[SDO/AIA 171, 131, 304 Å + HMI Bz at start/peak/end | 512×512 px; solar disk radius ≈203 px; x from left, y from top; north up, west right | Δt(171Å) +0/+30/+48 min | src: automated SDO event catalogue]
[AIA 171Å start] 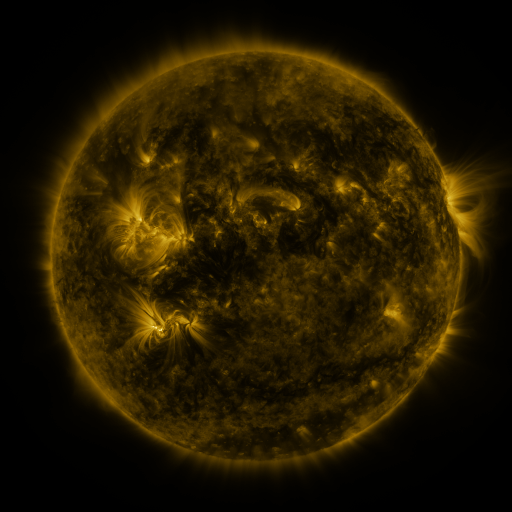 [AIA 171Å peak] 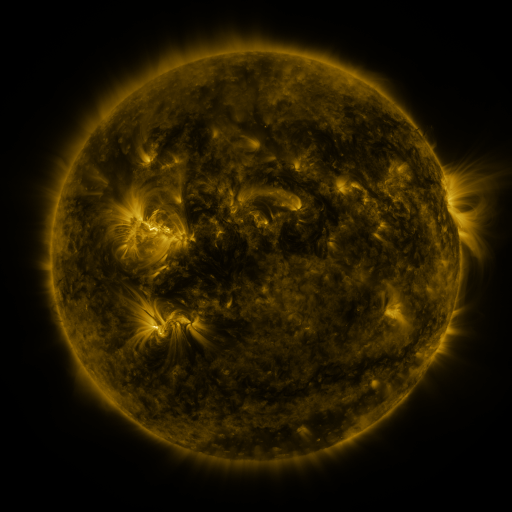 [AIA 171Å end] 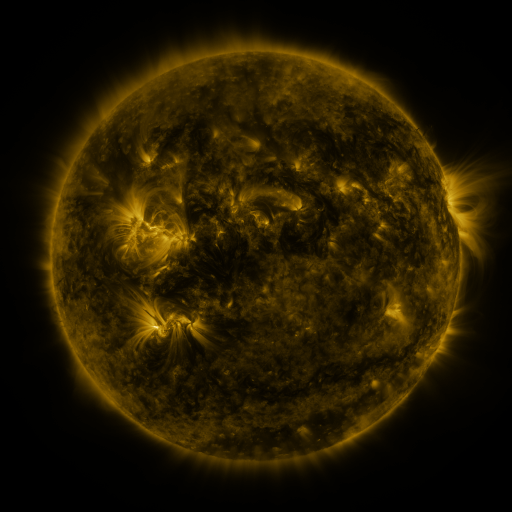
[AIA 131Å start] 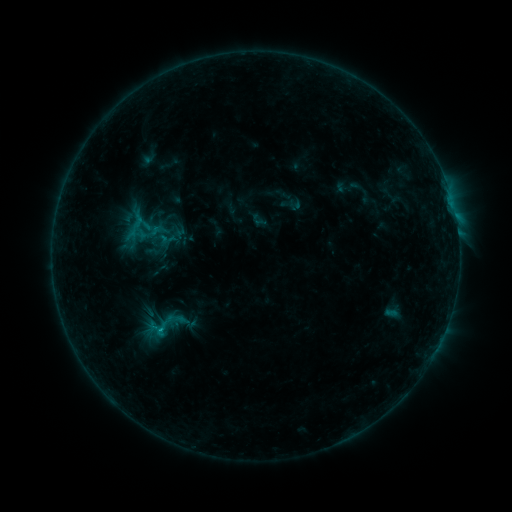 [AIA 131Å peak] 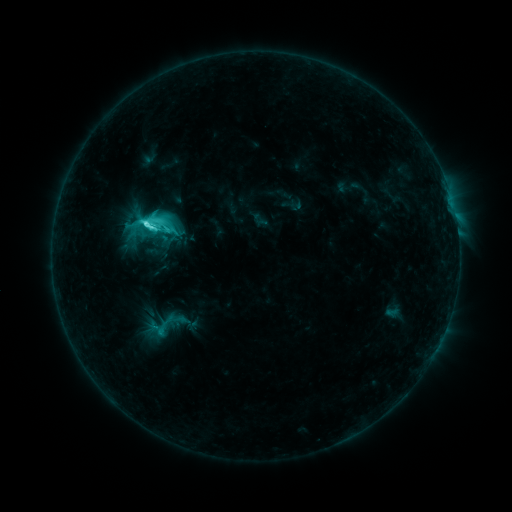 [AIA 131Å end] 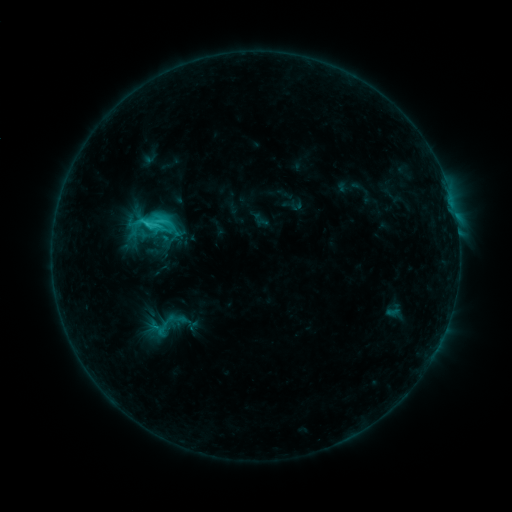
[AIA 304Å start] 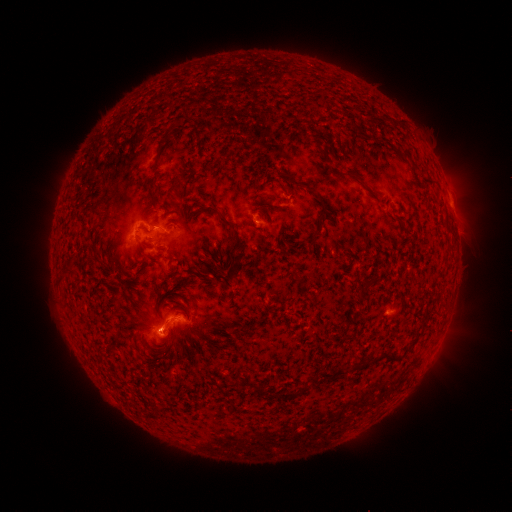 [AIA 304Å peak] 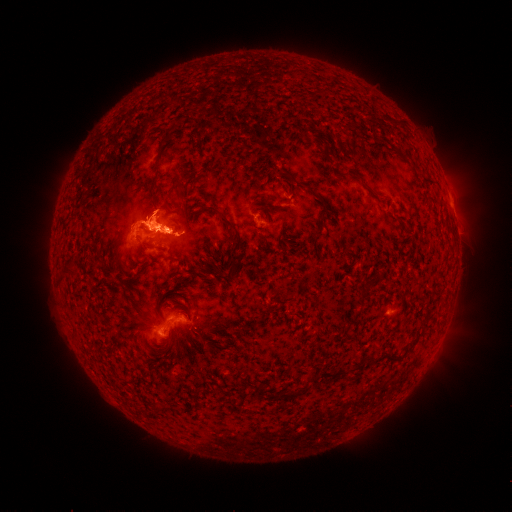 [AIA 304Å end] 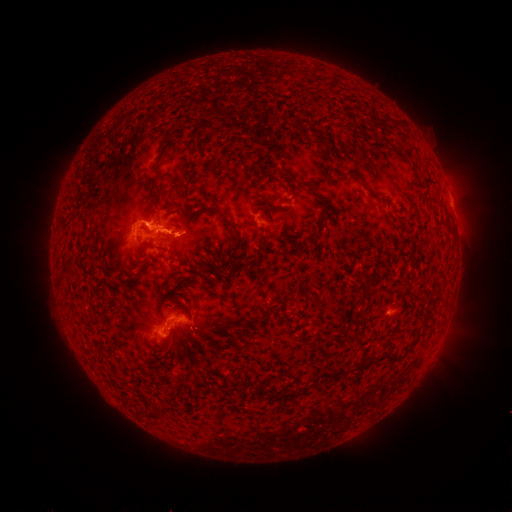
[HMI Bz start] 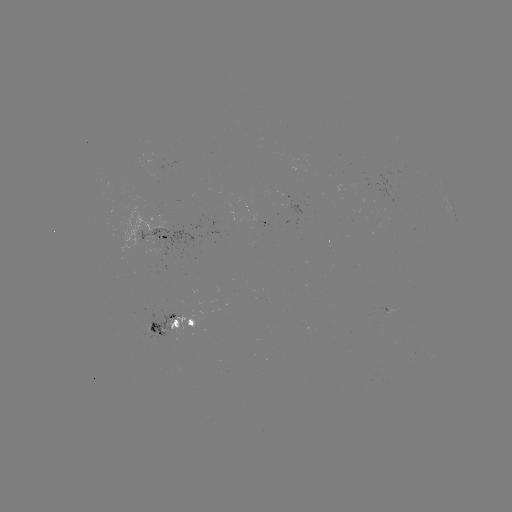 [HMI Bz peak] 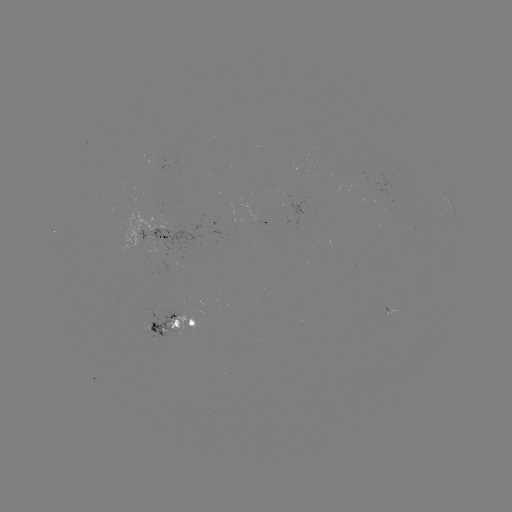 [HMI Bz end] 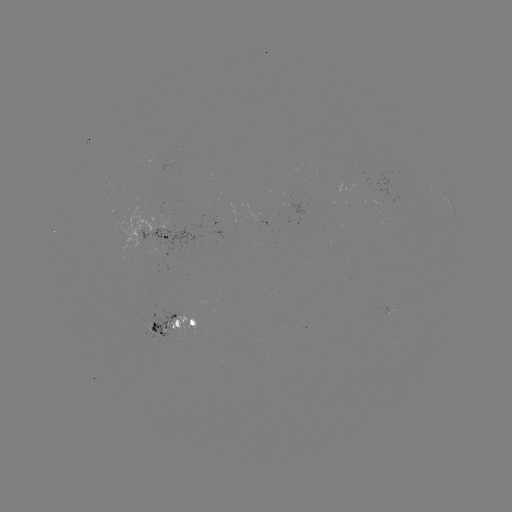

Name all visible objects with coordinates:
C6.9 flare: (154, 227)
